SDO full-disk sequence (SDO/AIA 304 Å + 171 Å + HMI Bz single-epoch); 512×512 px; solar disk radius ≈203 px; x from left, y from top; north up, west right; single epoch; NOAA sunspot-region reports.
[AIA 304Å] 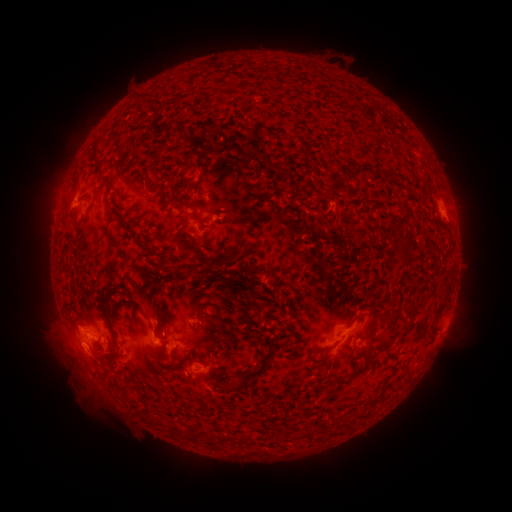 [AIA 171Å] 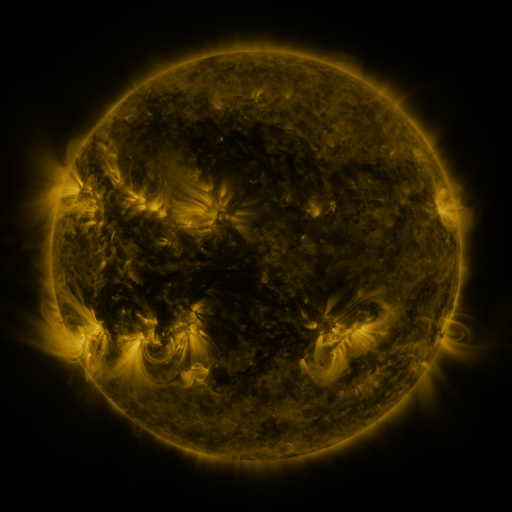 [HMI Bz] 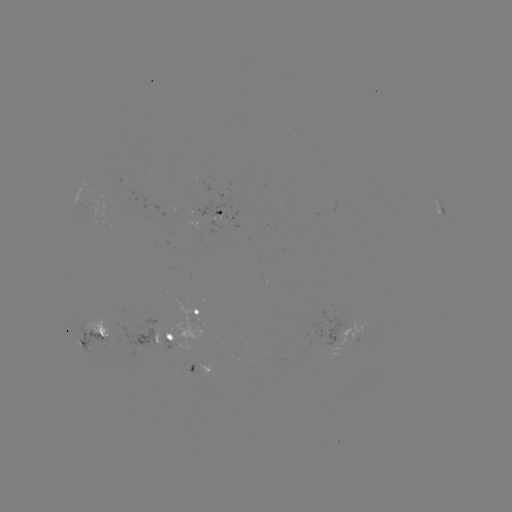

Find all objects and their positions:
spotted active region: (443, 209)
spotted active region: (218, 214)
spotted active region: (200, 313)
spotted active region: (347, 331)
spotted active region: (103, 336)
spotted active region: (165, 338)
spotted active region: (200, 367)
